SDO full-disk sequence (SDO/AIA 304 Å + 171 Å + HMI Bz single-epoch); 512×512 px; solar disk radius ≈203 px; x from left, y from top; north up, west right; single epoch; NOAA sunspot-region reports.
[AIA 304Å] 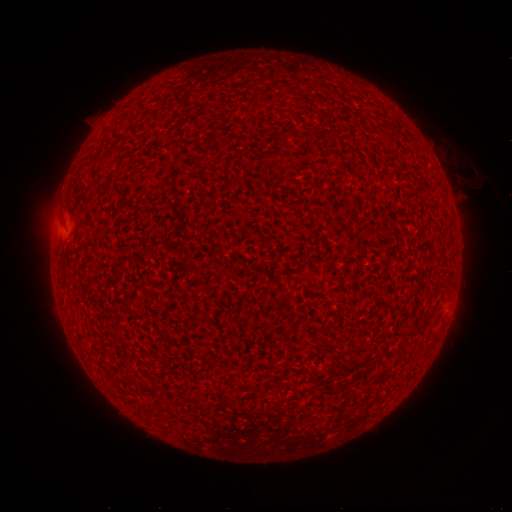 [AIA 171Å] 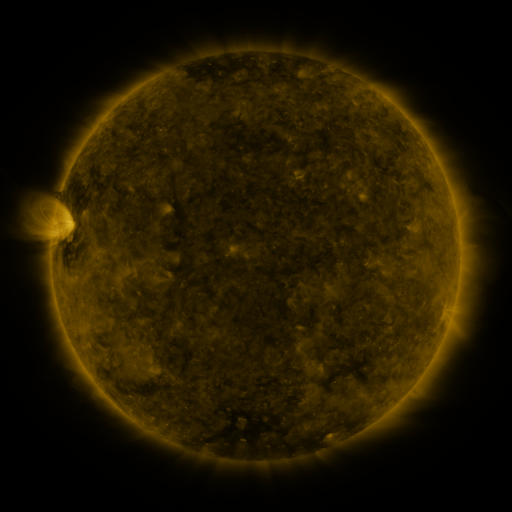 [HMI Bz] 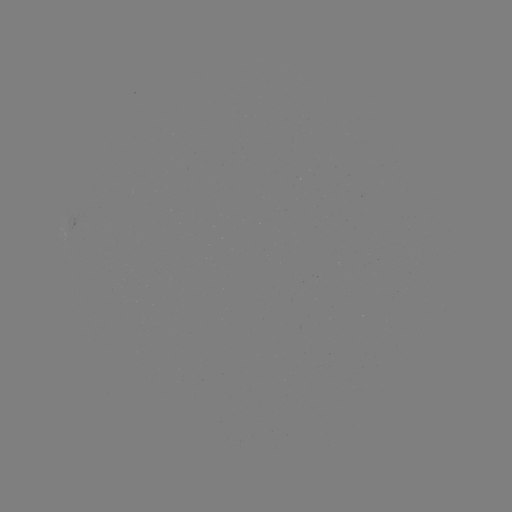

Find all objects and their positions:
(none)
